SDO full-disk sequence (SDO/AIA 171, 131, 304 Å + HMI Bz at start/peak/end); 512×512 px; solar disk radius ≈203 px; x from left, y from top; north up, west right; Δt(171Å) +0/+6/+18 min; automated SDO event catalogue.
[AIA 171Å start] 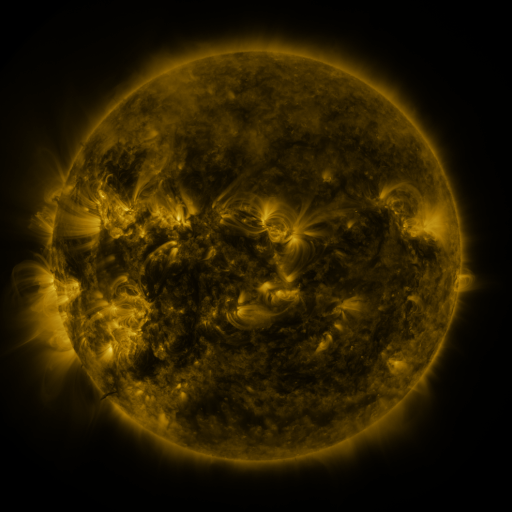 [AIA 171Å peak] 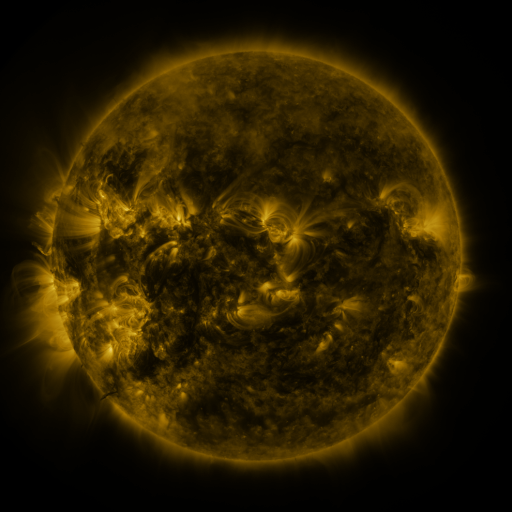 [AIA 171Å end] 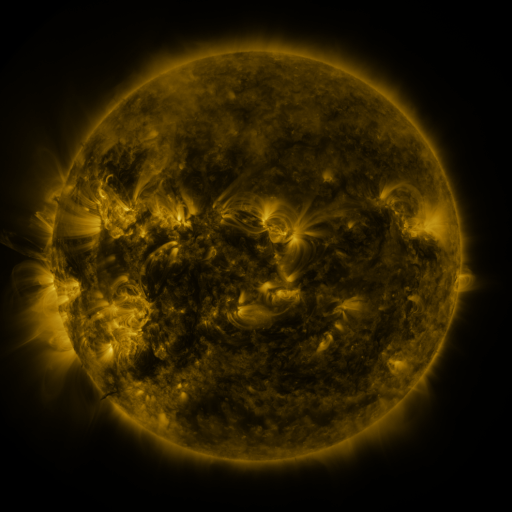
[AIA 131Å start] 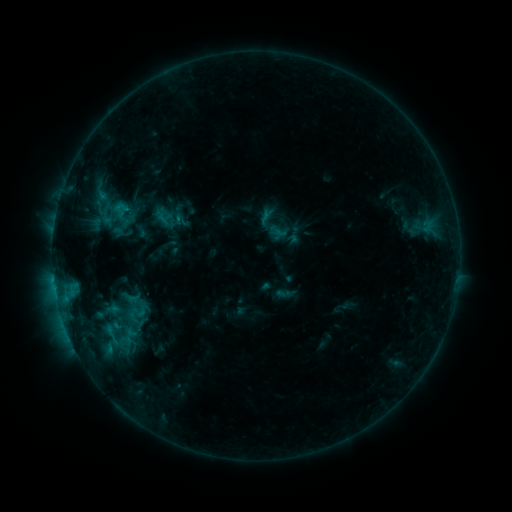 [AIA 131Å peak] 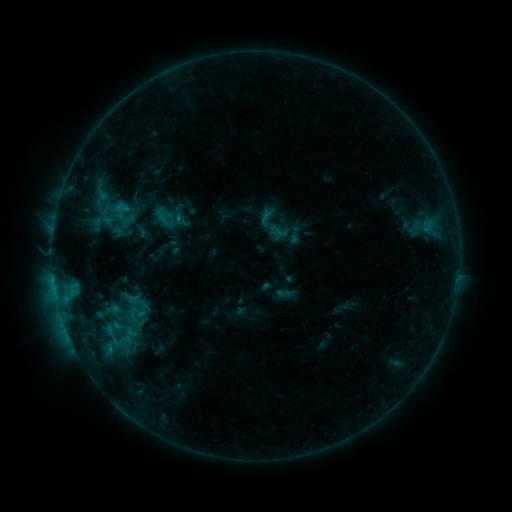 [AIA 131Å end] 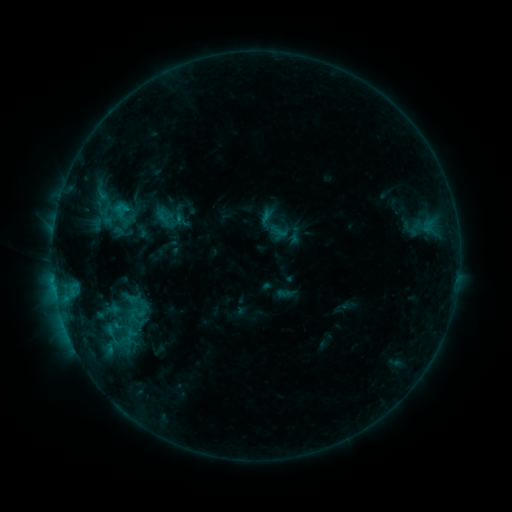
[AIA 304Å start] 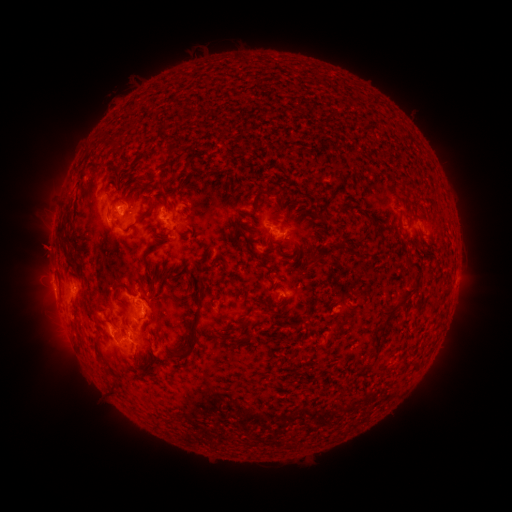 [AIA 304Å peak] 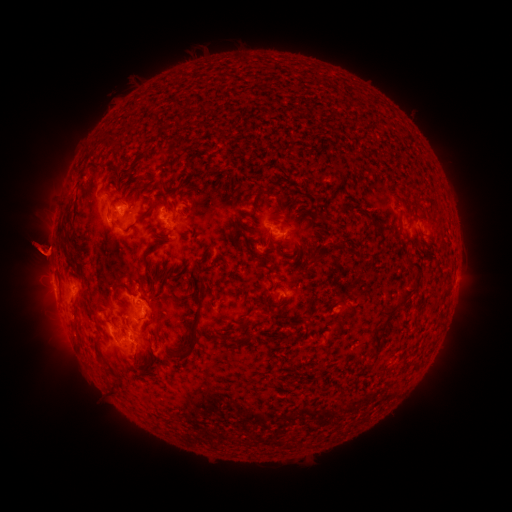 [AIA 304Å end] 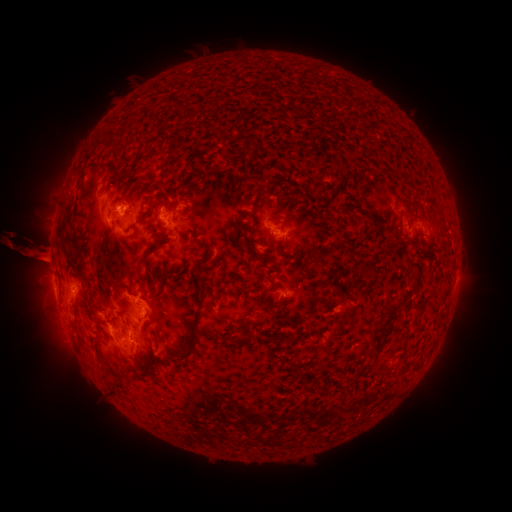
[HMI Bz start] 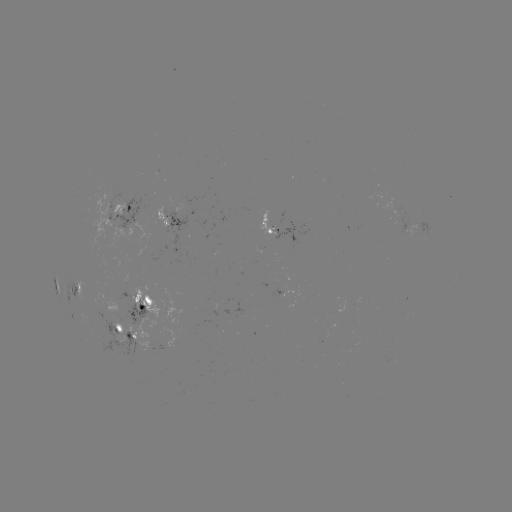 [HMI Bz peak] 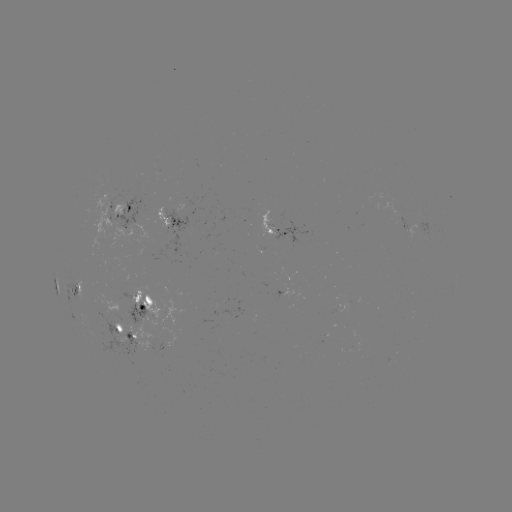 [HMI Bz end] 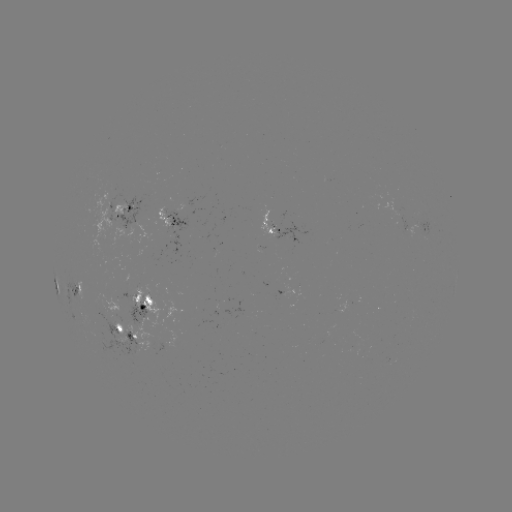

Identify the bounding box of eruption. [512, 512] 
[0, 192, 100, 288].